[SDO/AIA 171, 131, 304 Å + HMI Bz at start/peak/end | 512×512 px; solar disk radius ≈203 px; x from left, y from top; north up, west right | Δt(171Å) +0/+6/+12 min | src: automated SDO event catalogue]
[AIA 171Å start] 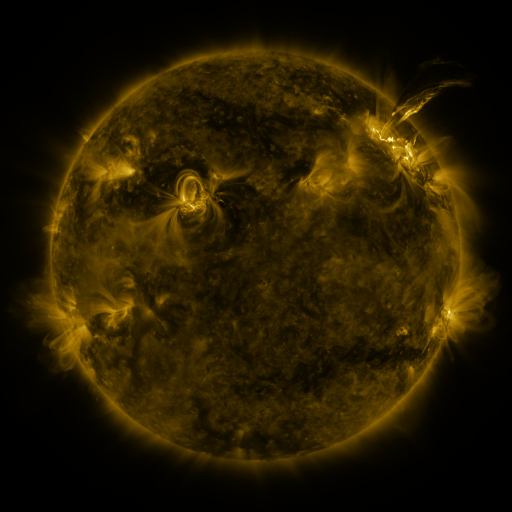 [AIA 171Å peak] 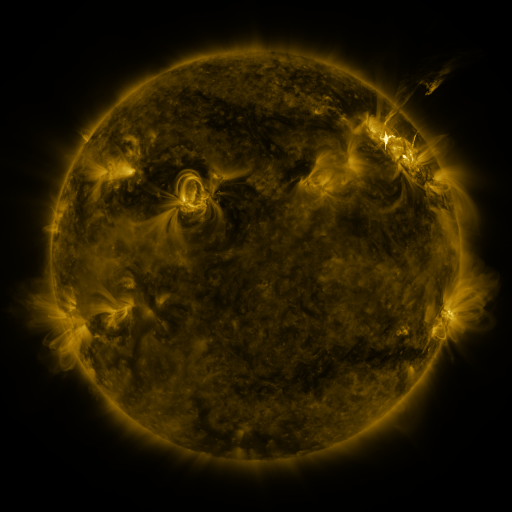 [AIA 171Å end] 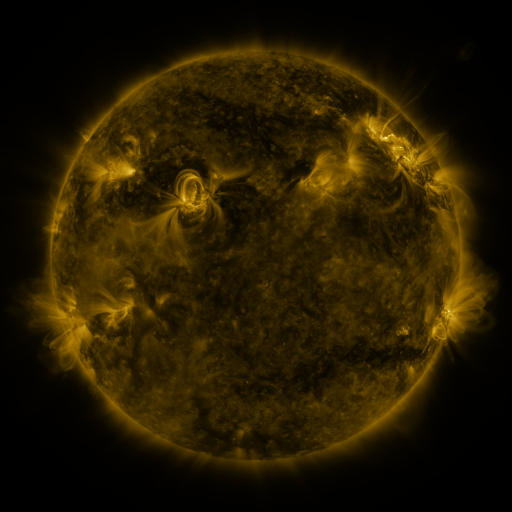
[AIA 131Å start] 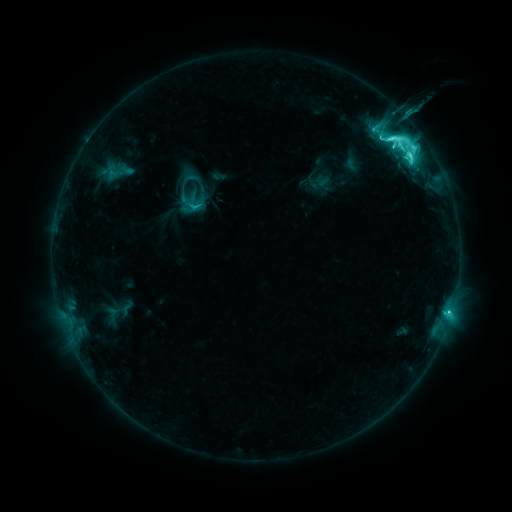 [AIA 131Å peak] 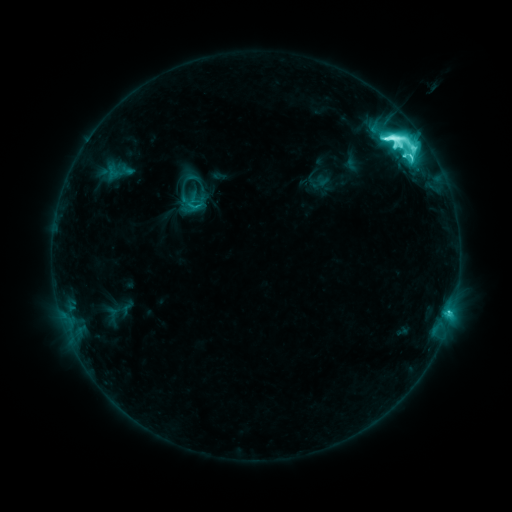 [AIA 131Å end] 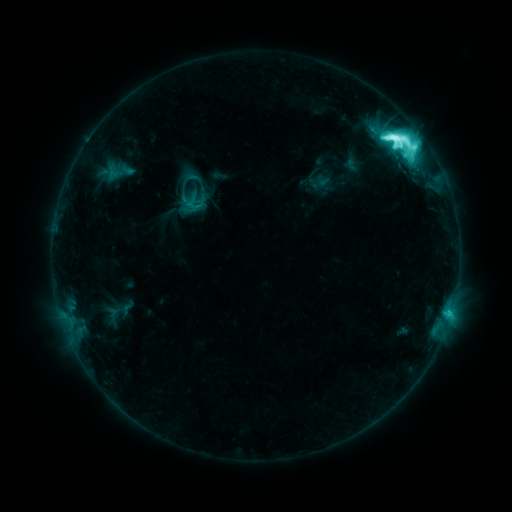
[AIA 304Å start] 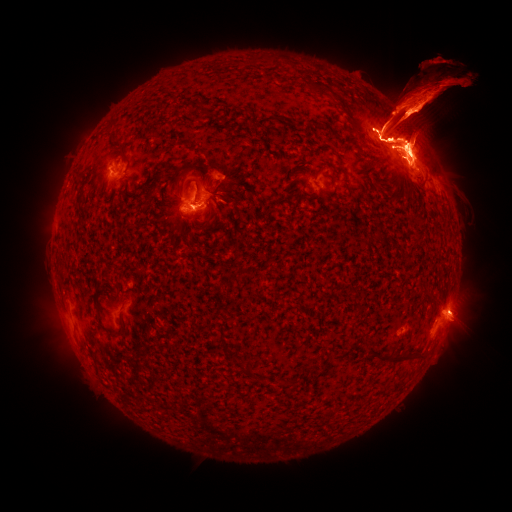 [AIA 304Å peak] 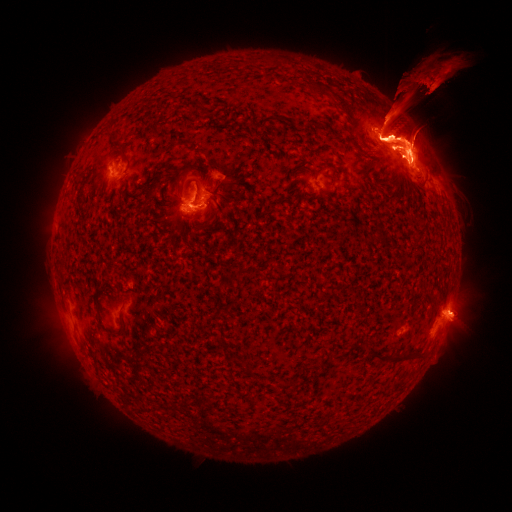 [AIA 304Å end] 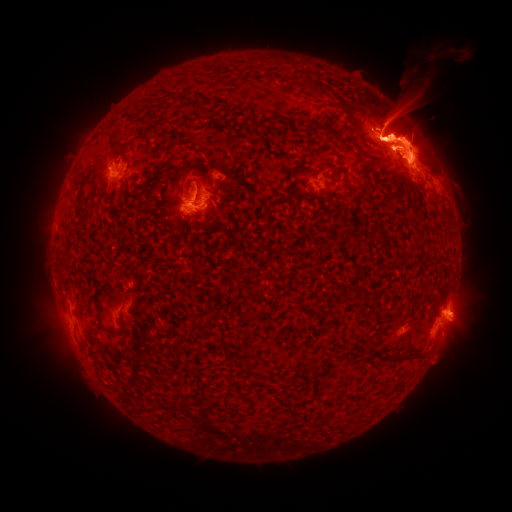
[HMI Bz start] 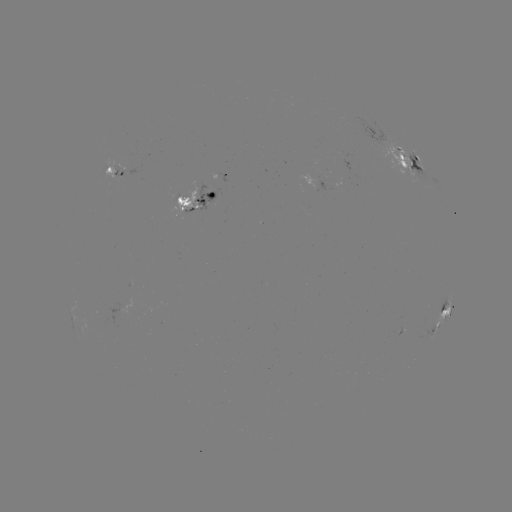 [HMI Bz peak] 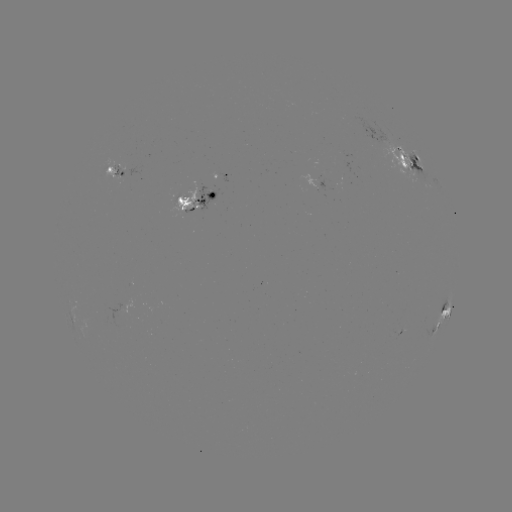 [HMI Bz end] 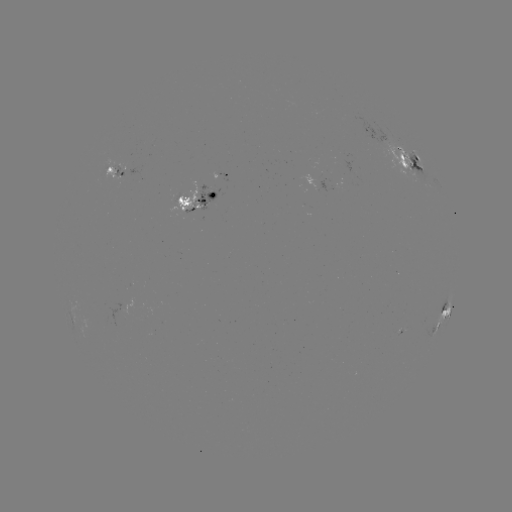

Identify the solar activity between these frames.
eruption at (56, 332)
